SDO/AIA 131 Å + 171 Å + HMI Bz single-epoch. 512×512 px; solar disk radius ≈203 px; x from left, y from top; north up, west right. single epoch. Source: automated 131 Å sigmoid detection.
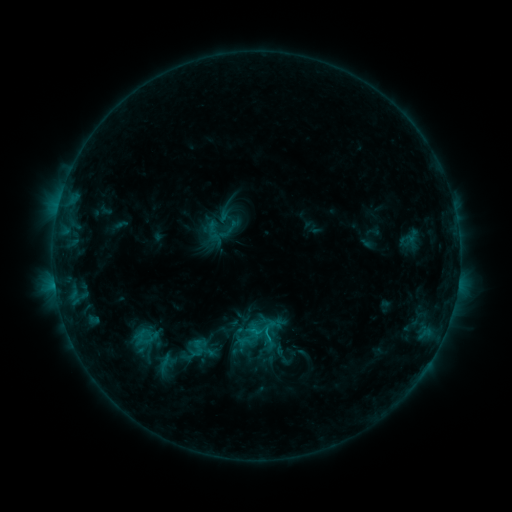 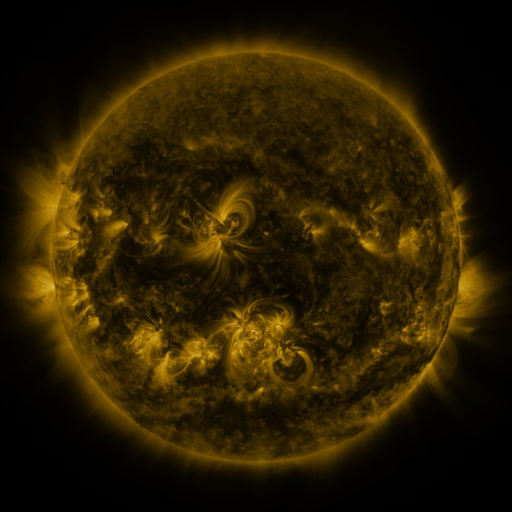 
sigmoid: [203, 212, 239, 250]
